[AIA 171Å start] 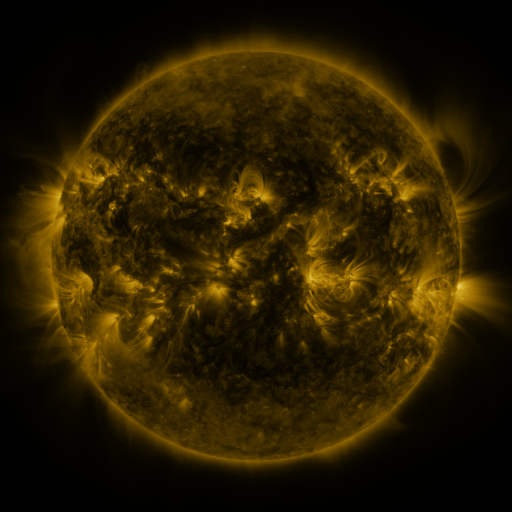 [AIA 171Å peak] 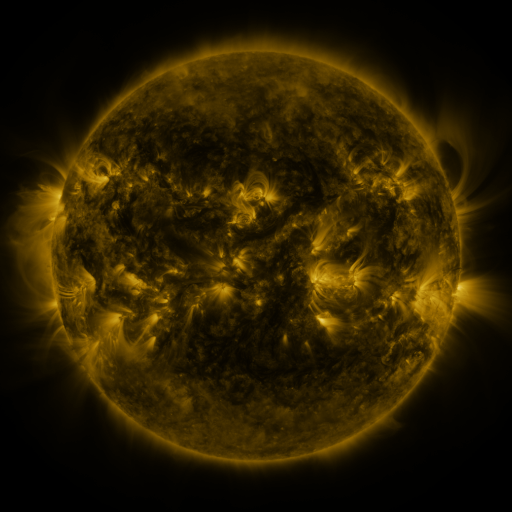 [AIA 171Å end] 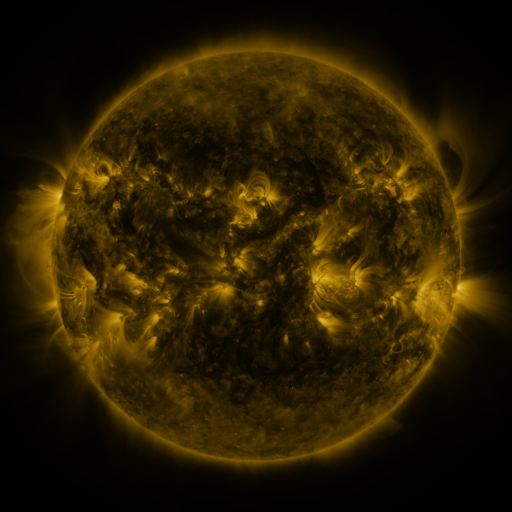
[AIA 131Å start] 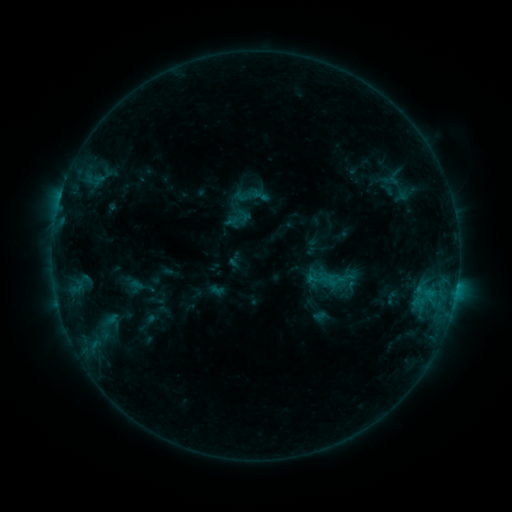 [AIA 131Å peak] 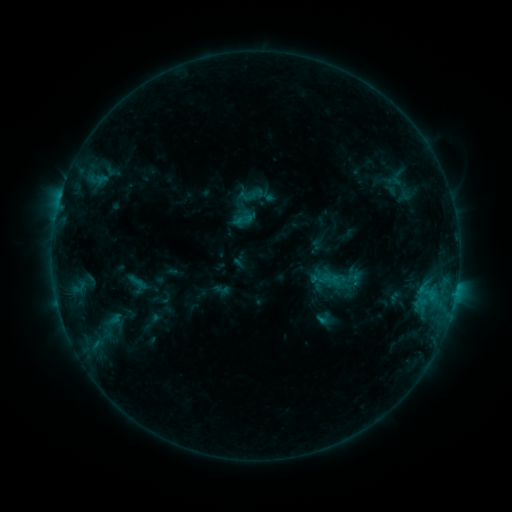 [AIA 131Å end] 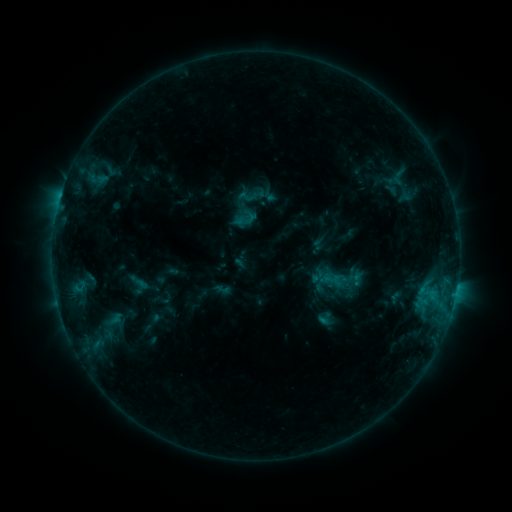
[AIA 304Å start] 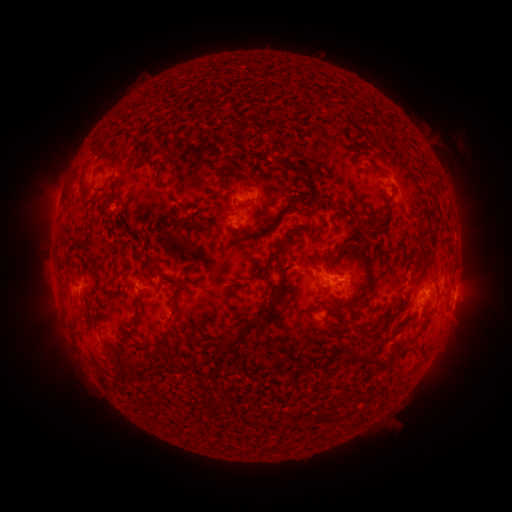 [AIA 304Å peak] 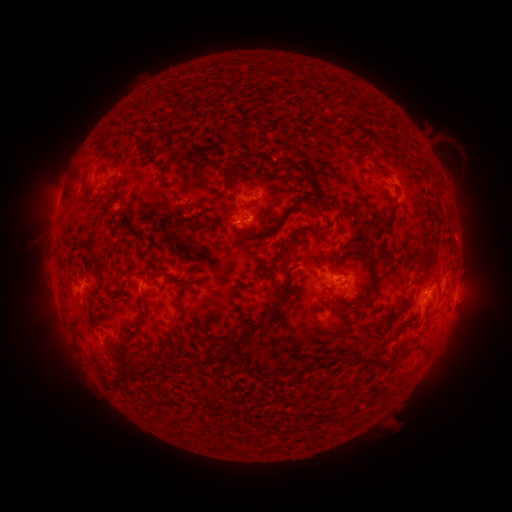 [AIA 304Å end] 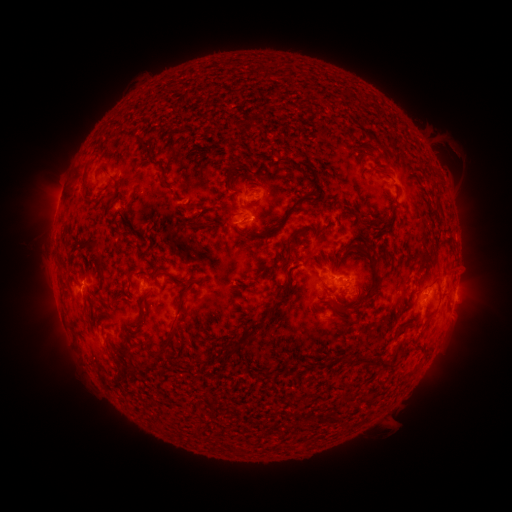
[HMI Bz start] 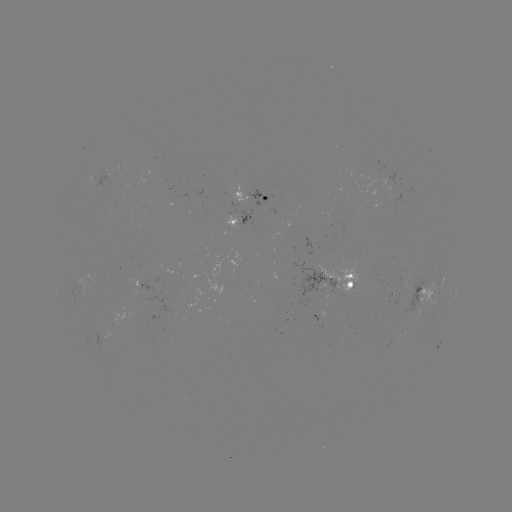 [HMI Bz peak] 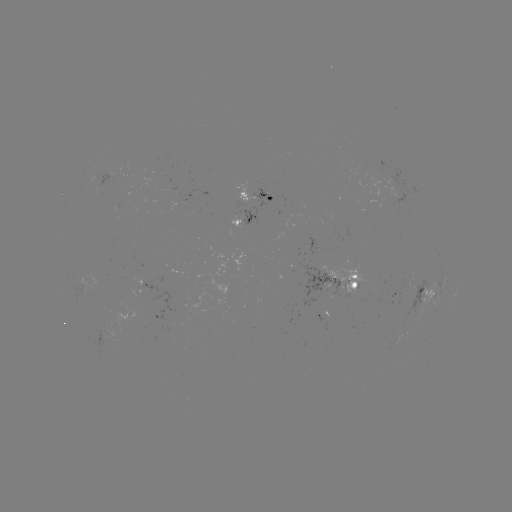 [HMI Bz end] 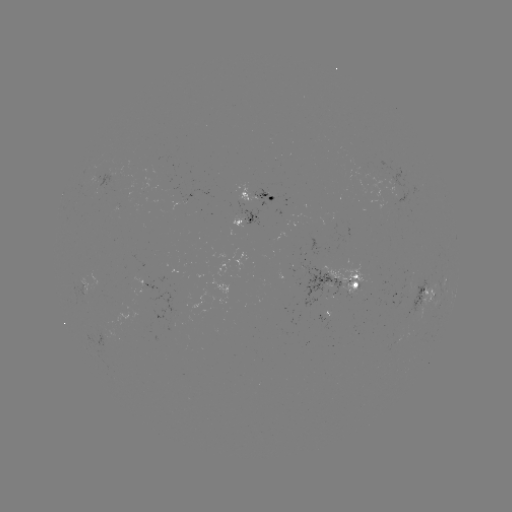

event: emerging-flux region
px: (415, 291)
